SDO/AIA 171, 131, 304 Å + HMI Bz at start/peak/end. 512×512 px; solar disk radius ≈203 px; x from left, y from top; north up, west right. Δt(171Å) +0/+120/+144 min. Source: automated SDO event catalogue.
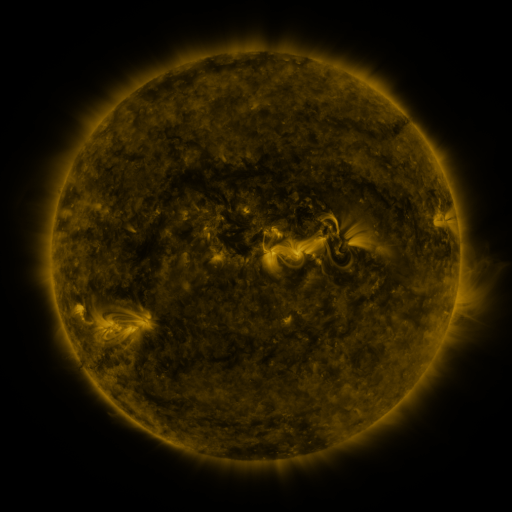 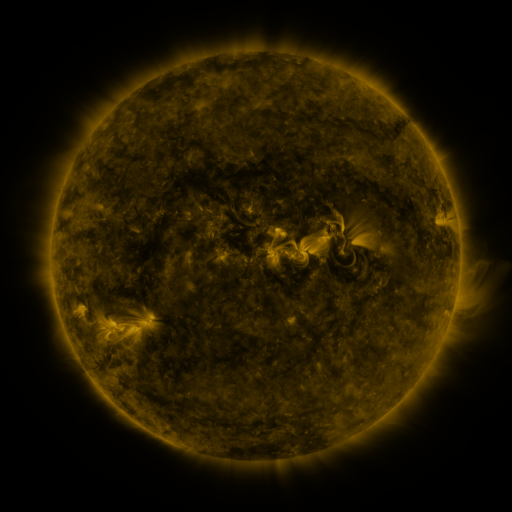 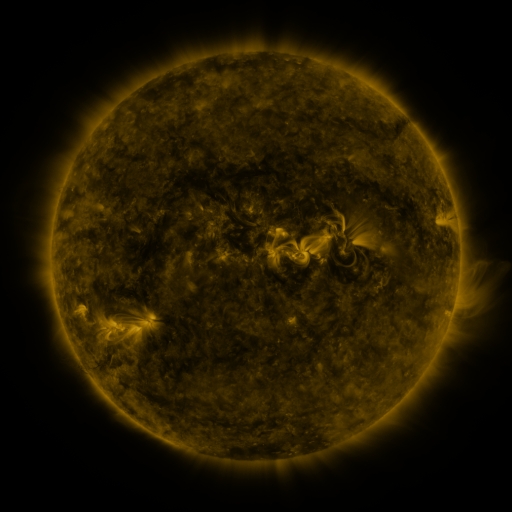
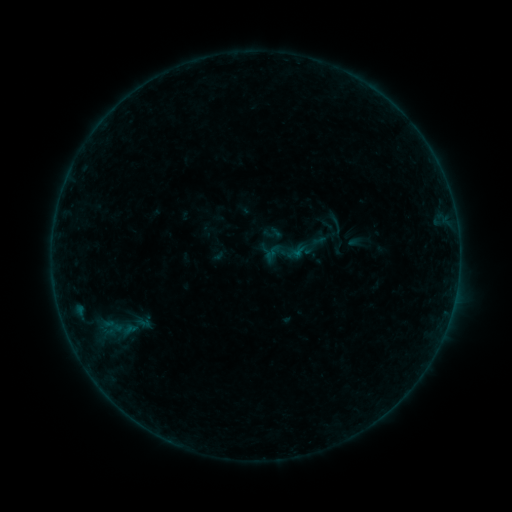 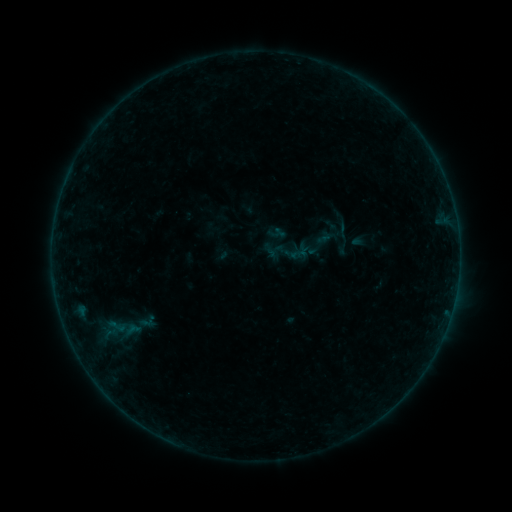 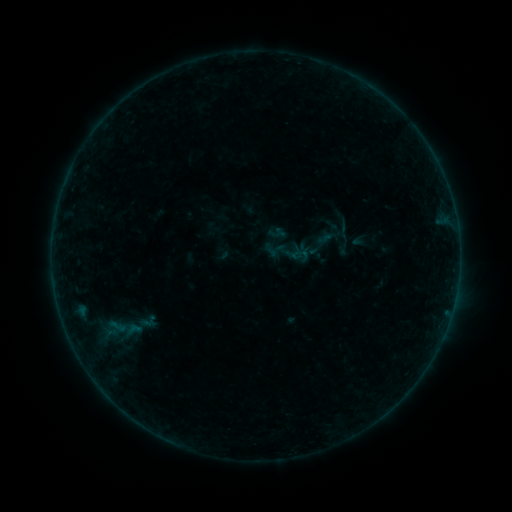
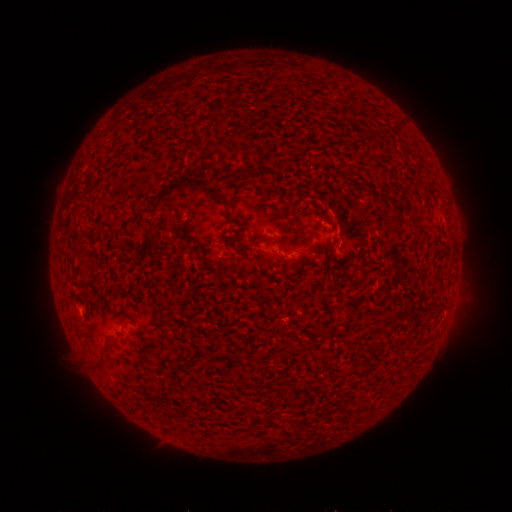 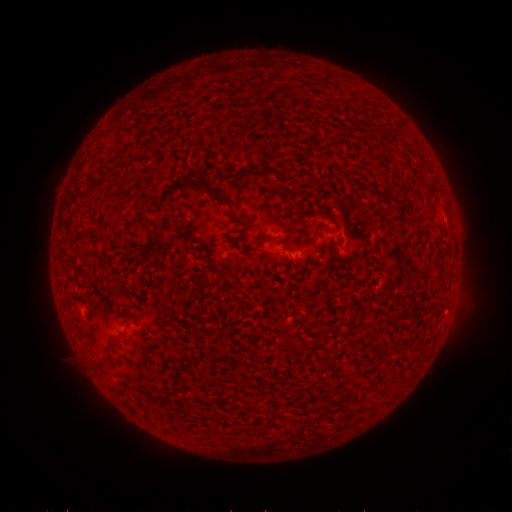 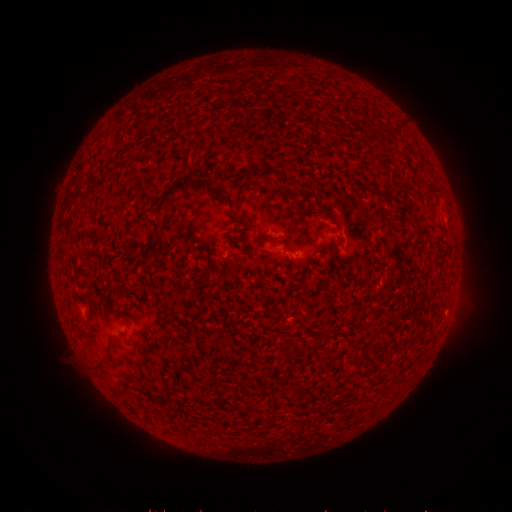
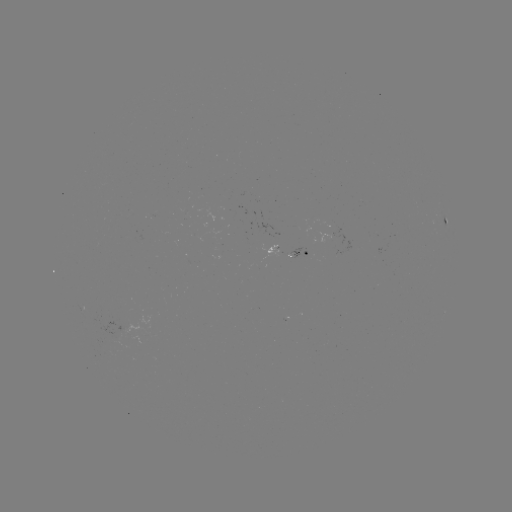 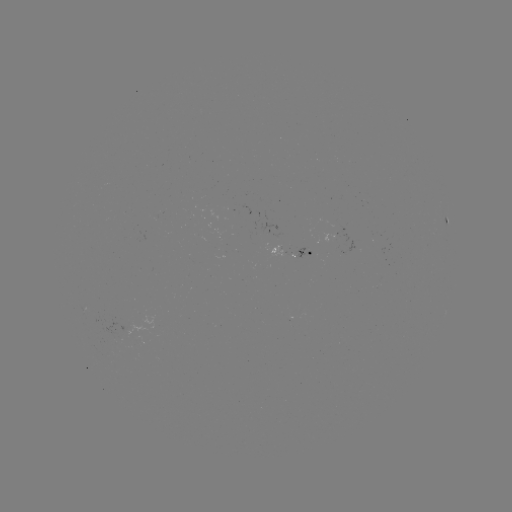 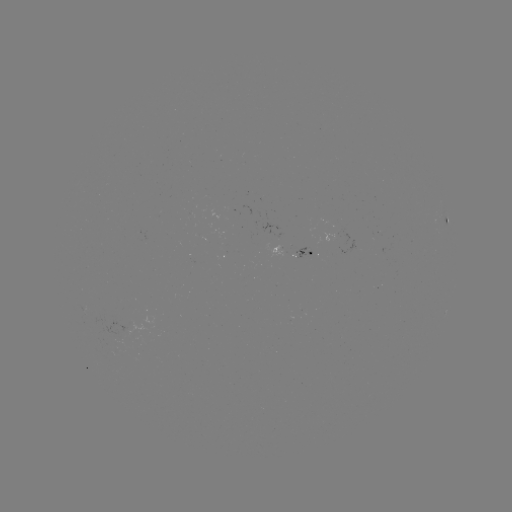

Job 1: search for emerging-flux region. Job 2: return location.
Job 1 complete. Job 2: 331,238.